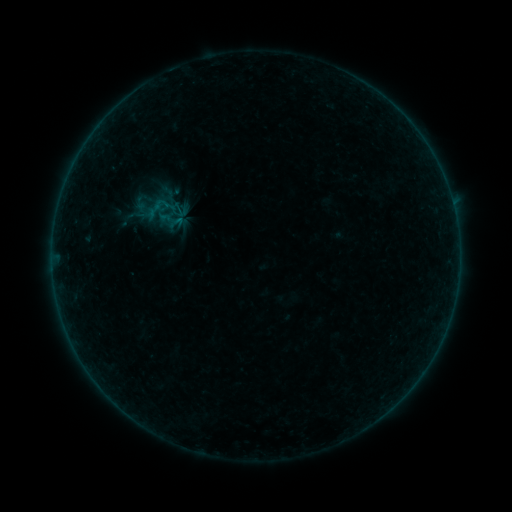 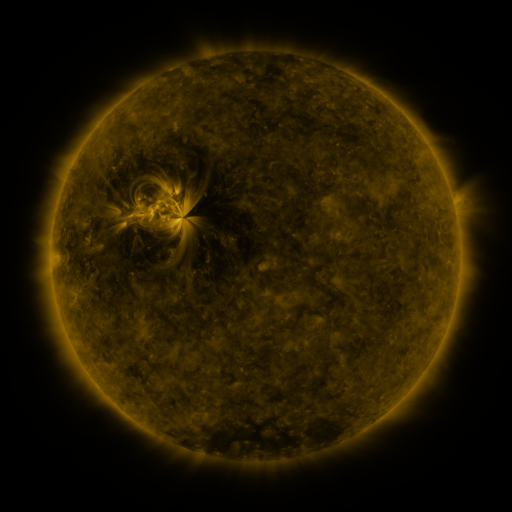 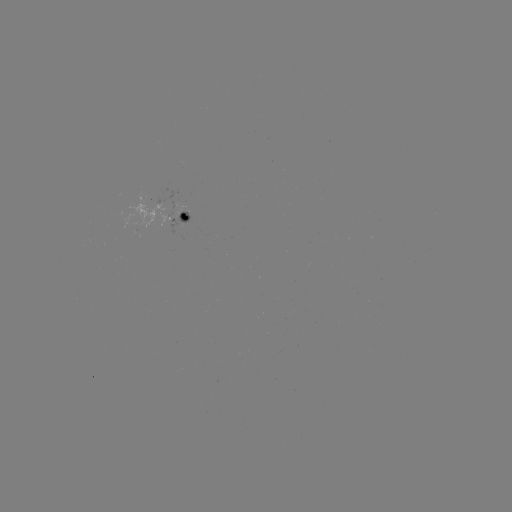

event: sigmoid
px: (180, 209)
